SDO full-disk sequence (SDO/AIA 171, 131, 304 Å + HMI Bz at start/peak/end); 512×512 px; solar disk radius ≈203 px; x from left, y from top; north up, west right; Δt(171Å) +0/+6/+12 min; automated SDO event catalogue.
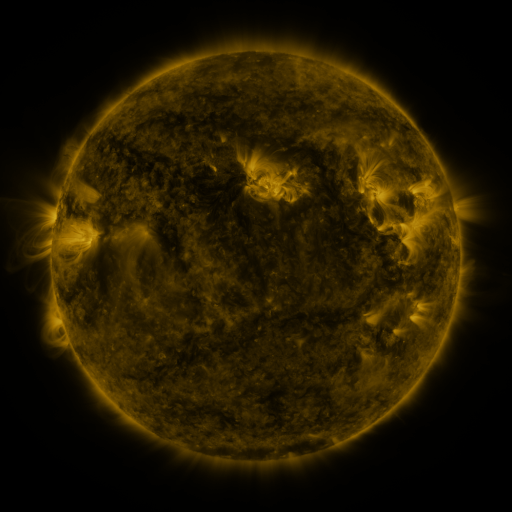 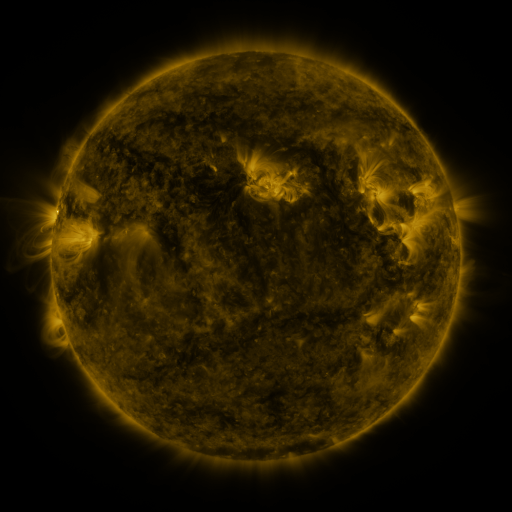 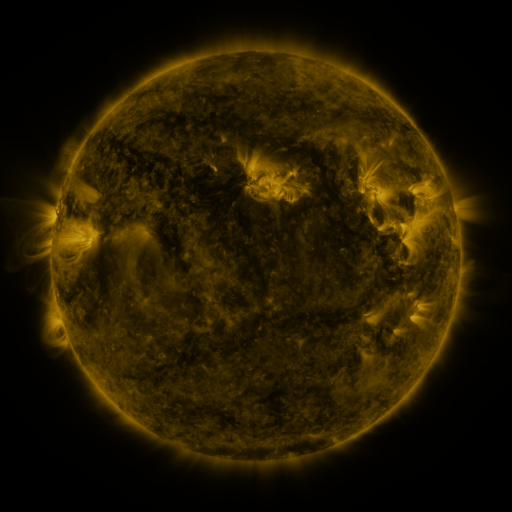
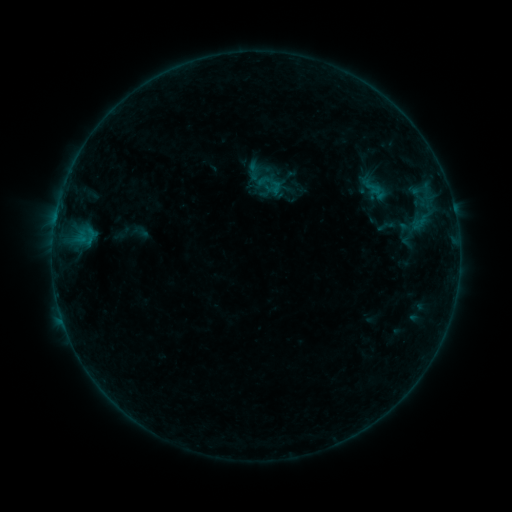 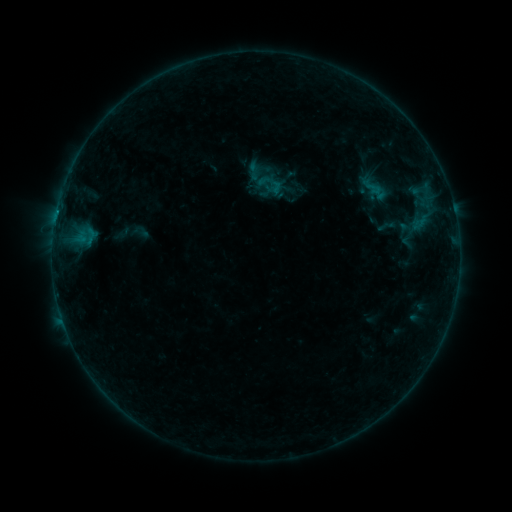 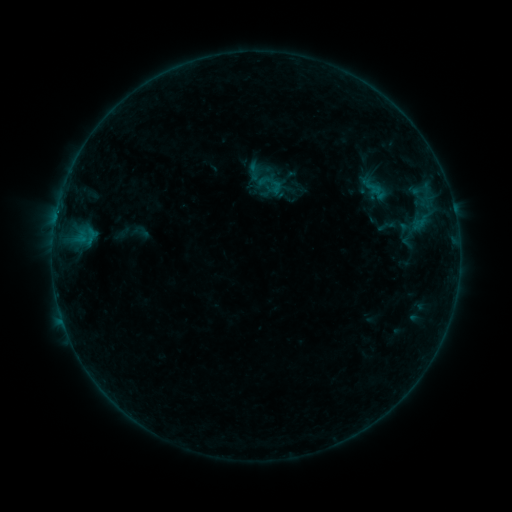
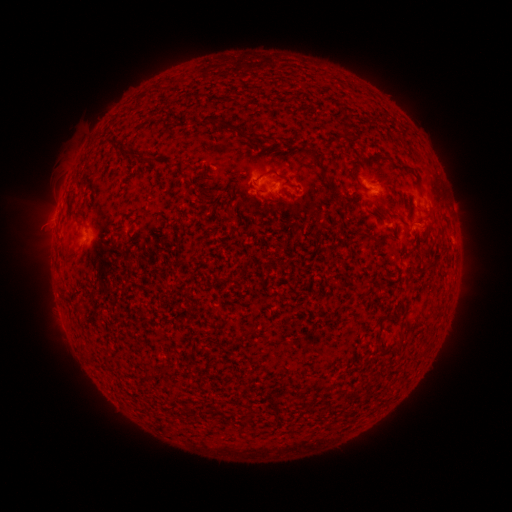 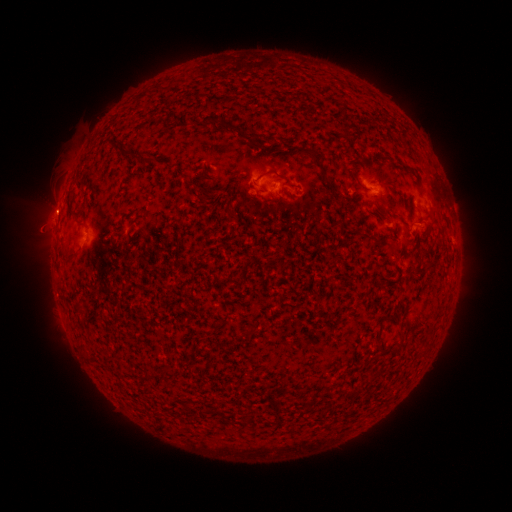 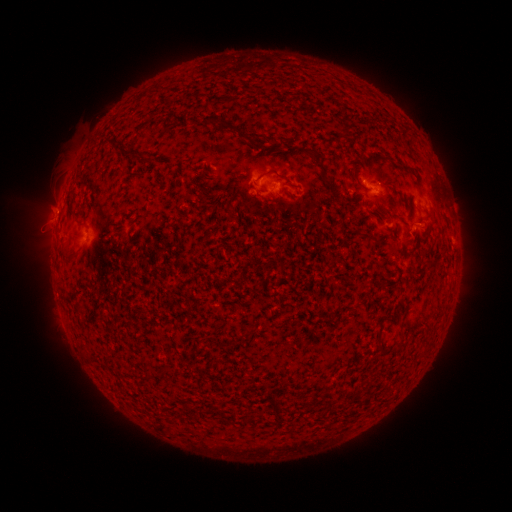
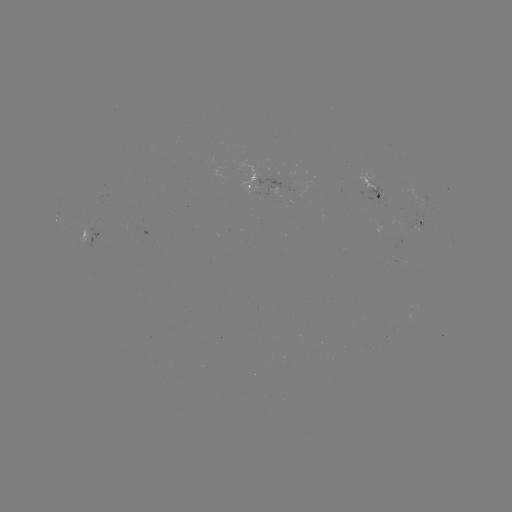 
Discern B3.1 flare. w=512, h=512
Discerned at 57,213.